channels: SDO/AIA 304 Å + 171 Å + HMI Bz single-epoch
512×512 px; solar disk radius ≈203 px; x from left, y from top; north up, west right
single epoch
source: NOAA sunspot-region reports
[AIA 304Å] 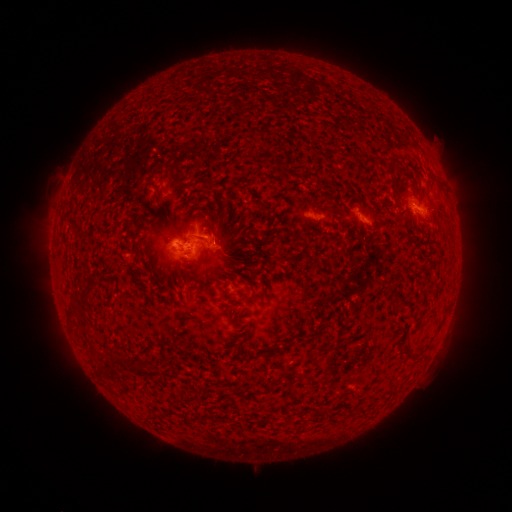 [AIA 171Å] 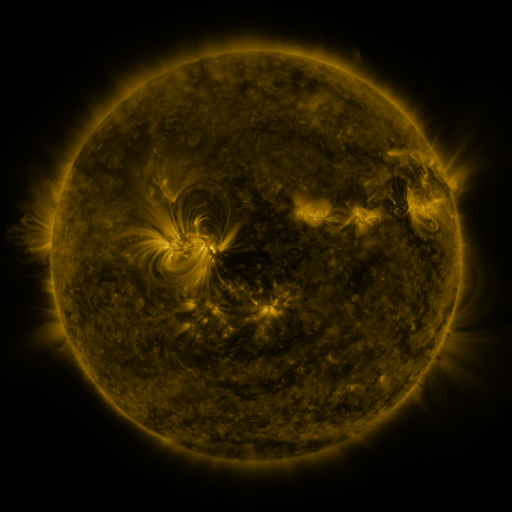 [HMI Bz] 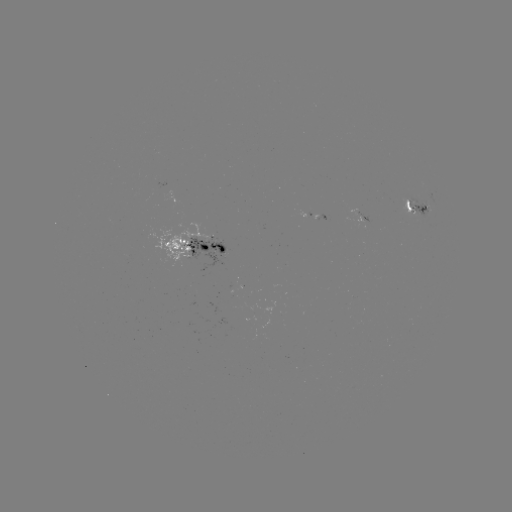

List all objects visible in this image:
spotted active region: (417, 211)
spotted active region: (360, 215)
spotted active region: (313, 217)
spotted active region: (200, 249)
